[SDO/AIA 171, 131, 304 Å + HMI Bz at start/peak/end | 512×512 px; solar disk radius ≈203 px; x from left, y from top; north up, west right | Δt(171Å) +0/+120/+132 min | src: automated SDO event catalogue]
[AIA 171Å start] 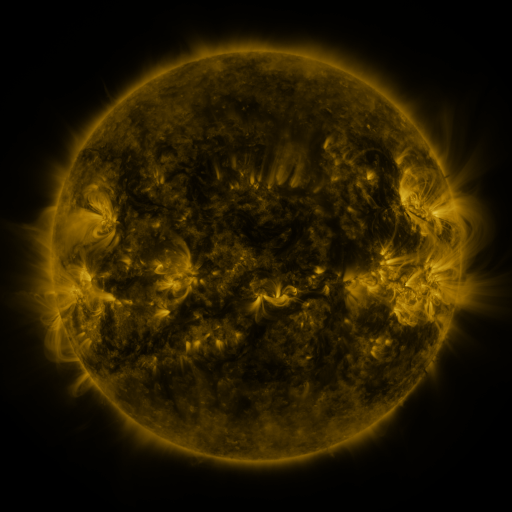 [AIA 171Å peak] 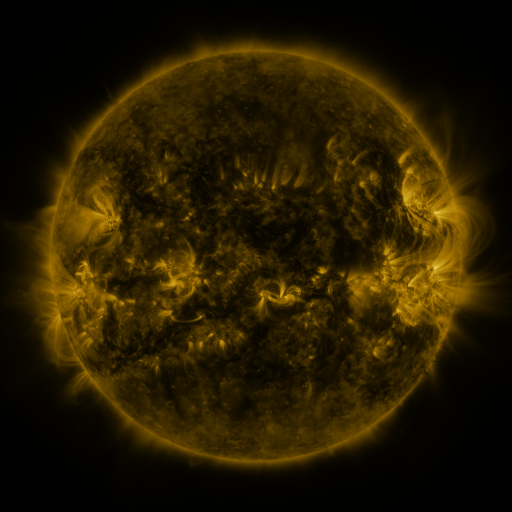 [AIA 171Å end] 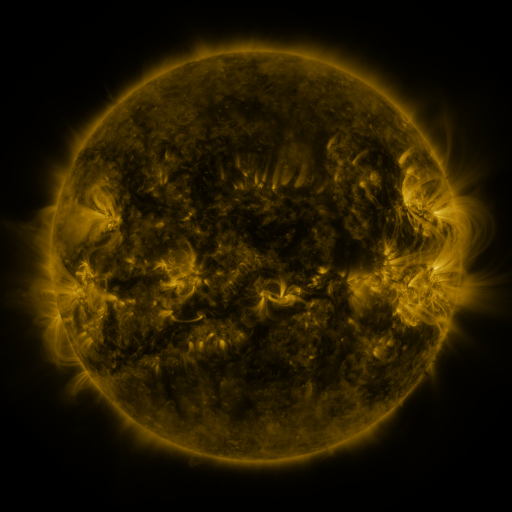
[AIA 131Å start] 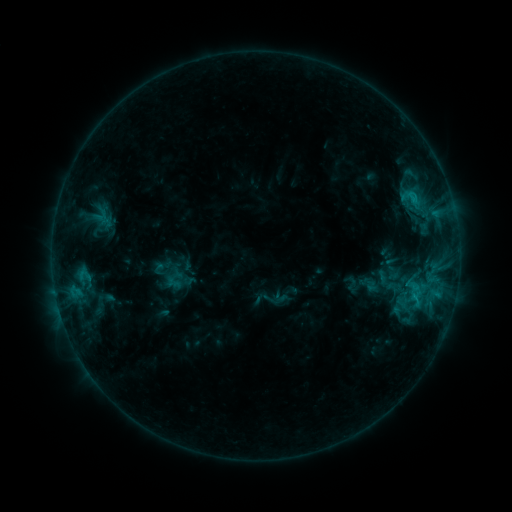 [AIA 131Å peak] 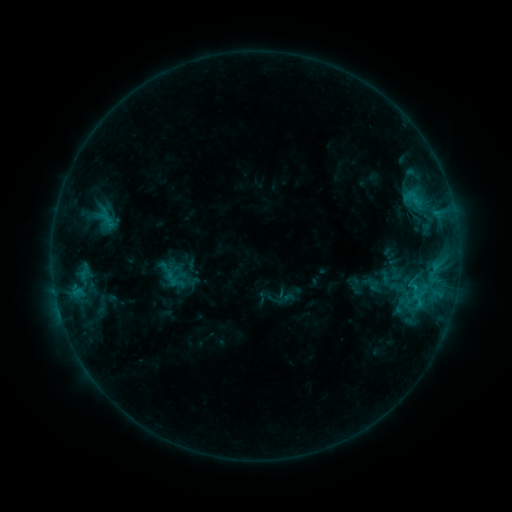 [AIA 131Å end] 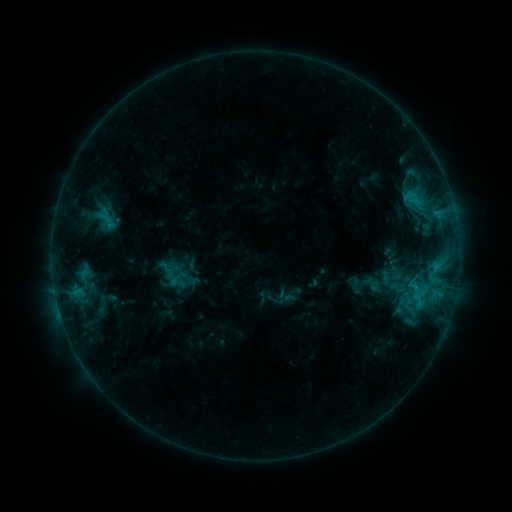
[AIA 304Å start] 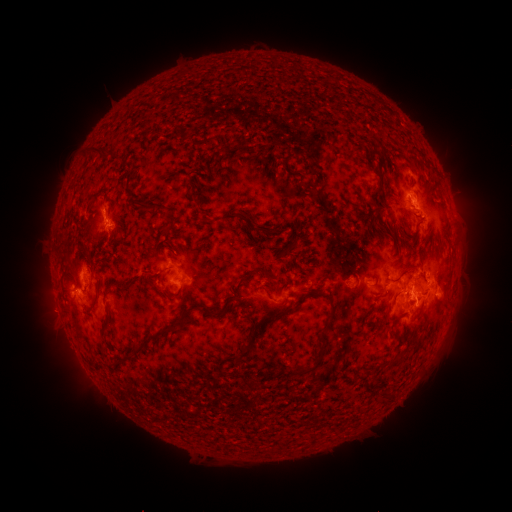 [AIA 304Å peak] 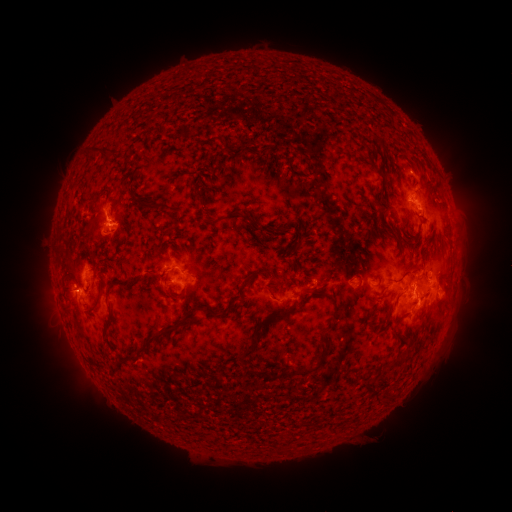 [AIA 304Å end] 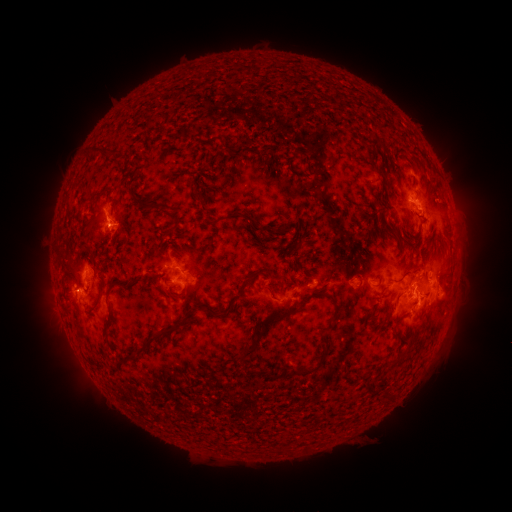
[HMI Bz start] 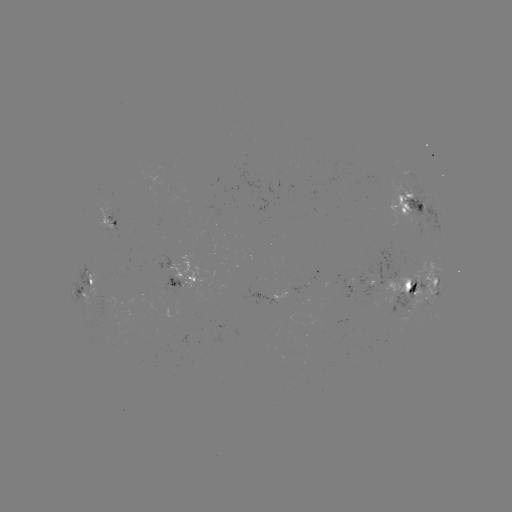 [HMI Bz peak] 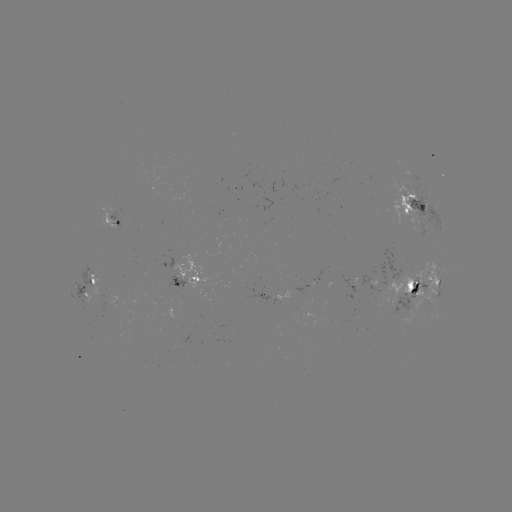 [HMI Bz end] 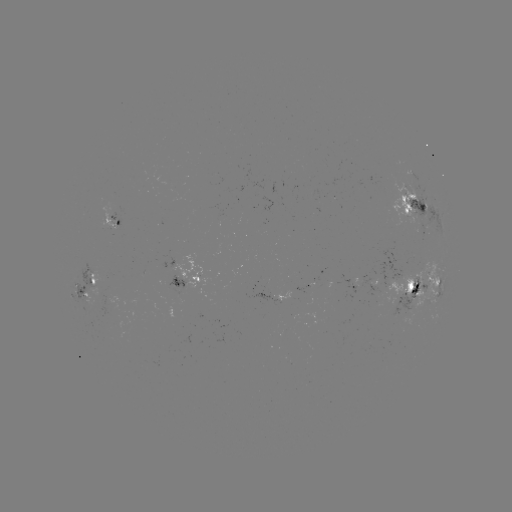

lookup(emerging-flux region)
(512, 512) [90, 285]